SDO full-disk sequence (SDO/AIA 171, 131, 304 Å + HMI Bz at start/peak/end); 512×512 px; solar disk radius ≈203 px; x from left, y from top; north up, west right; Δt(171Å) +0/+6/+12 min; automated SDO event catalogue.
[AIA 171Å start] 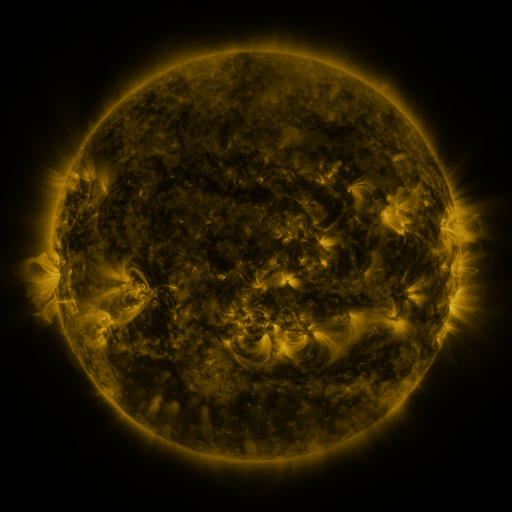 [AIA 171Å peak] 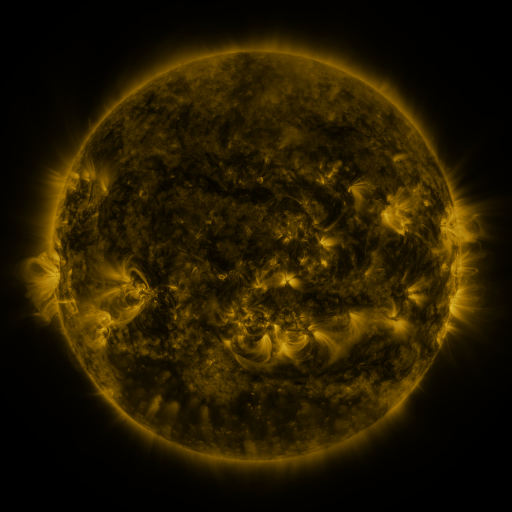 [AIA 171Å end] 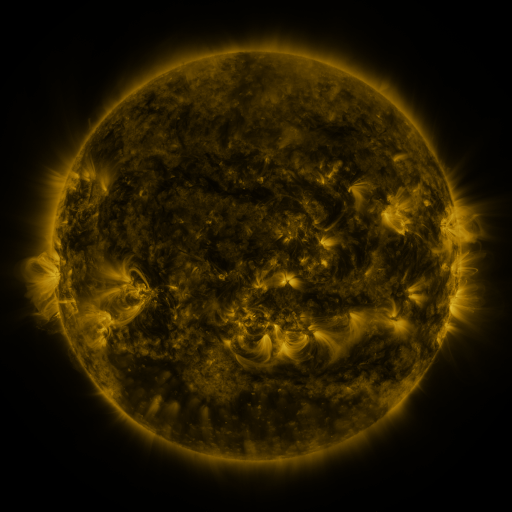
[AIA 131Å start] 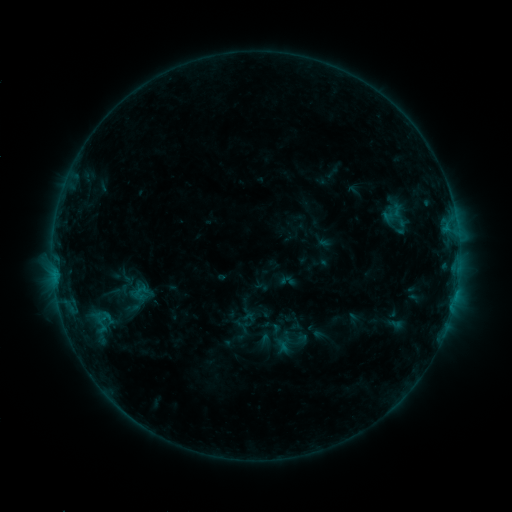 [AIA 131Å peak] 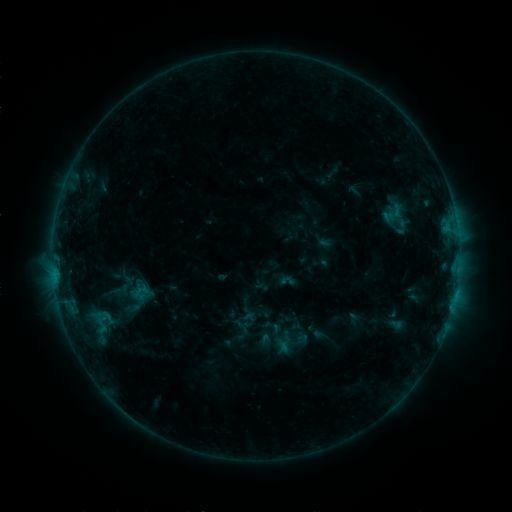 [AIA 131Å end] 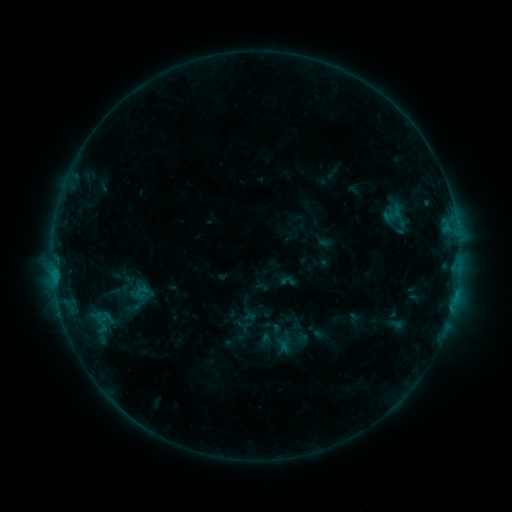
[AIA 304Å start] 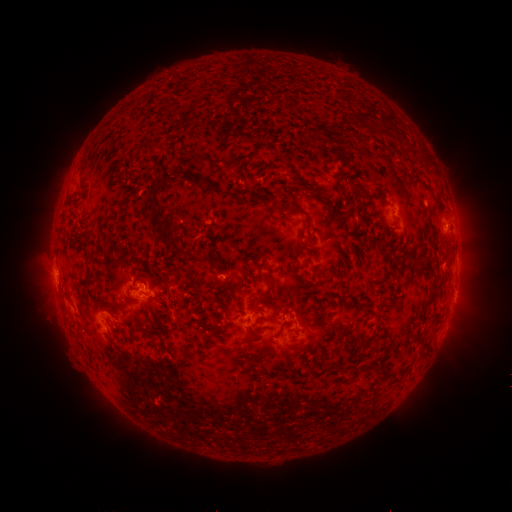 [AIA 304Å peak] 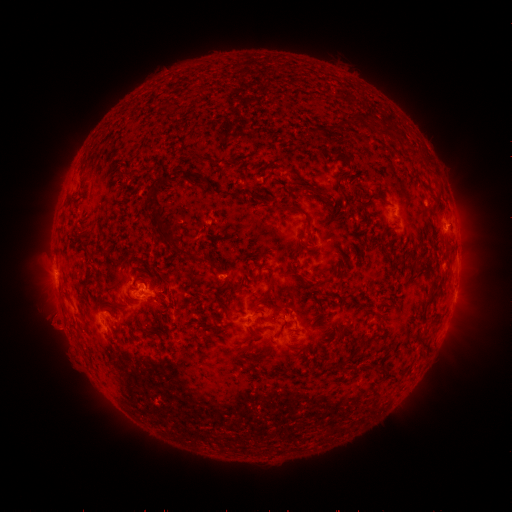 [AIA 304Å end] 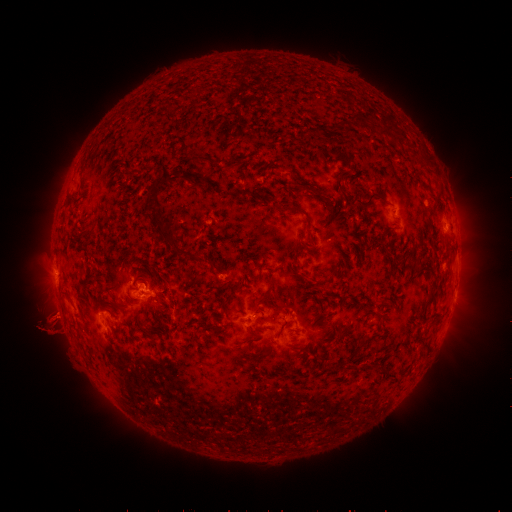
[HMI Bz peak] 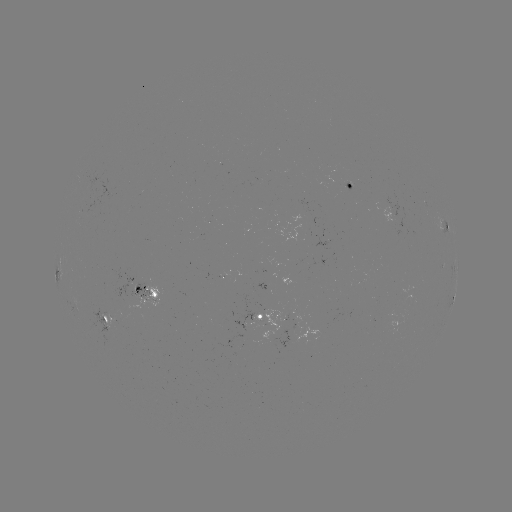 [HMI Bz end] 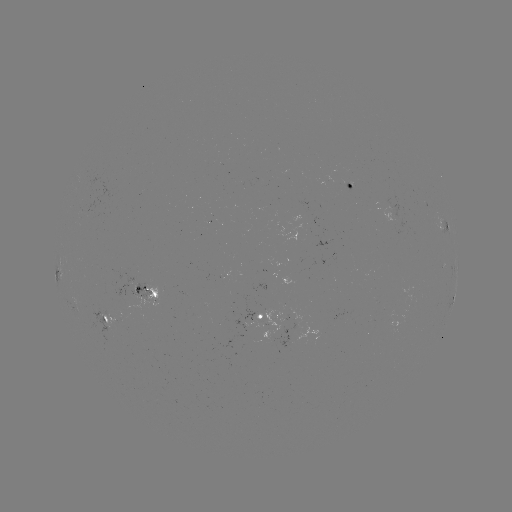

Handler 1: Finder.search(eruption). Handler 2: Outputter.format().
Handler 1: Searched eruption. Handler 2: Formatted (55, 330).